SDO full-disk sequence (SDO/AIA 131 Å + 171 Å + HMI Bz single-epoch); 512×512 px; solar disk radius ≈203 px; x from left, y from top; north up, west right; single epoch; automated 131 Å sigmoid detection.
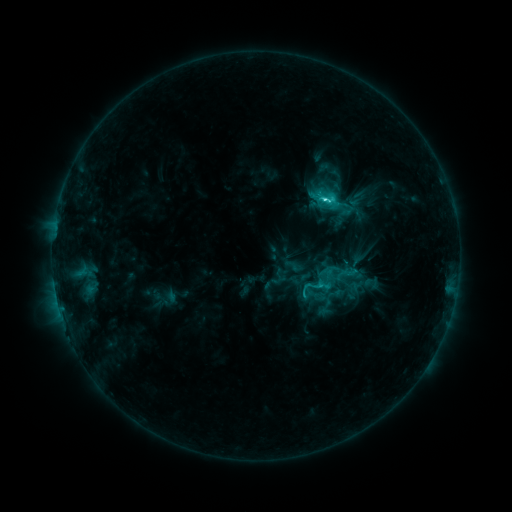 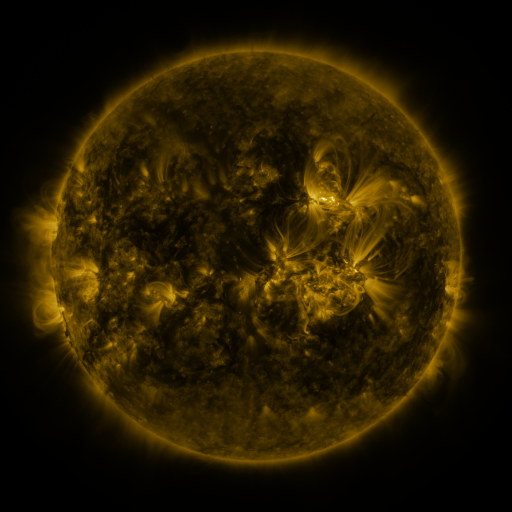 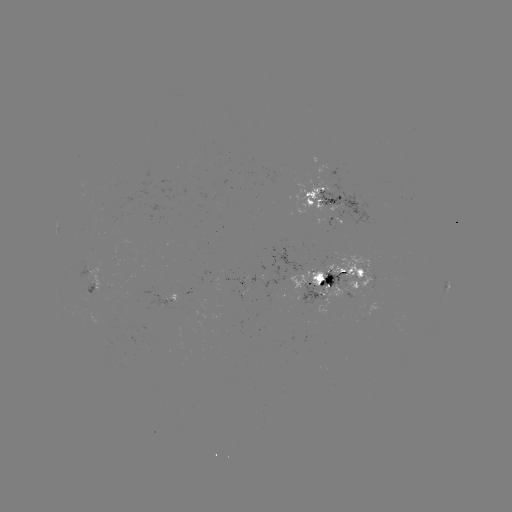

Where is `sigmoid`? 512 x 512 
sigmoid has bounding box [298, 275, 323, 301].